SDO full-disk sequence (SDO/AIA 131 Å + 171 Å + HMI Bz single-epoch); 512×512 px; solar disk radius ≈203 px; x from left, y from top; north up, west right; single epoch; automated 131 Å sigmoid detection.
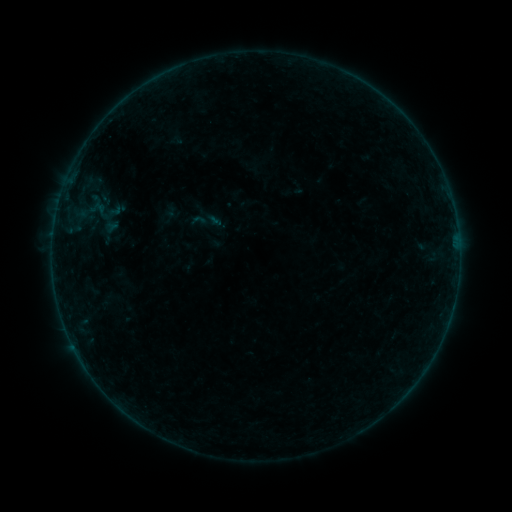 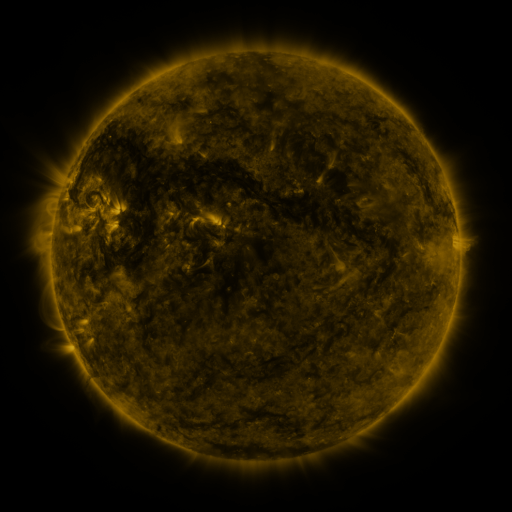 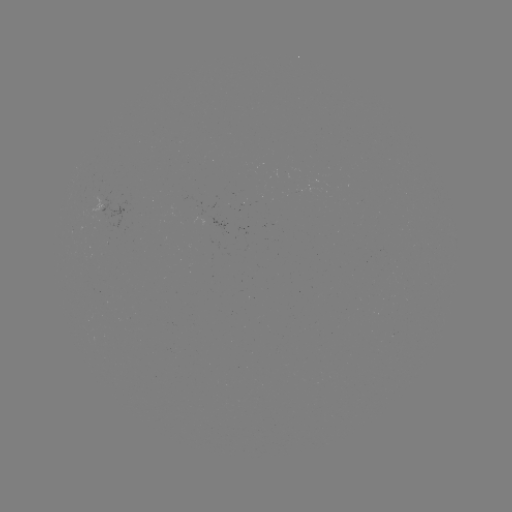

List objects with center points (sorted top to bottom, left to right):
sigmoid: <bbox>190, 212, 207, 229</bbox>
